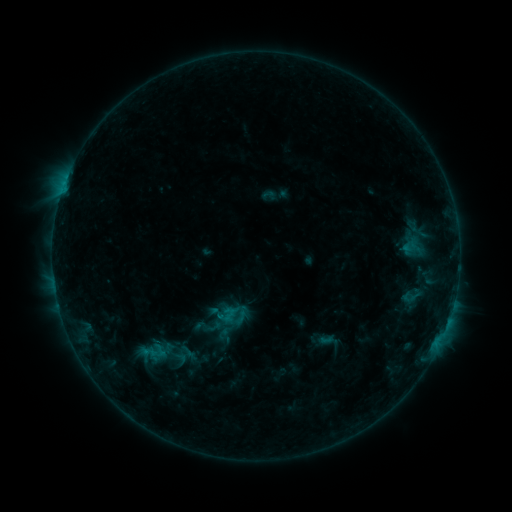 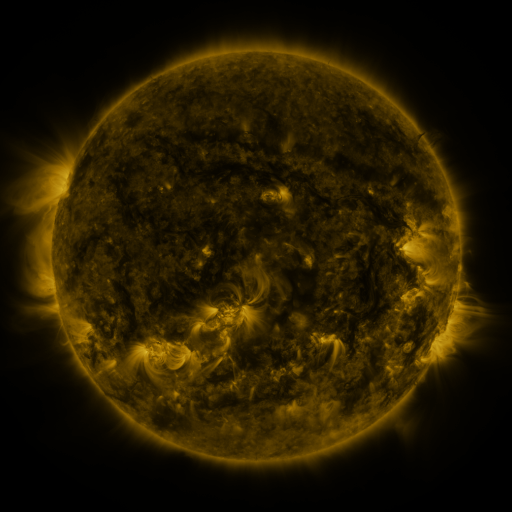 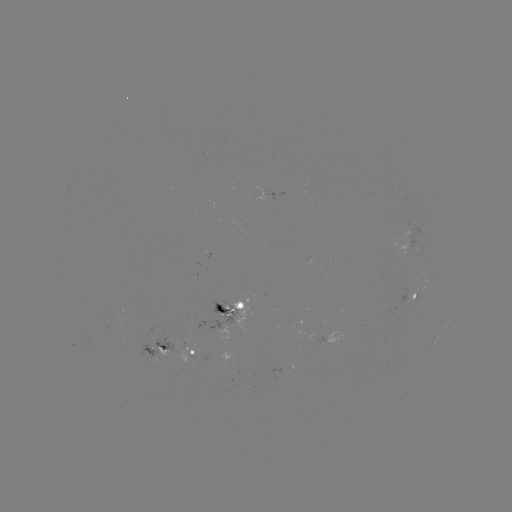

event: sigmoid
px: (226, 316)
